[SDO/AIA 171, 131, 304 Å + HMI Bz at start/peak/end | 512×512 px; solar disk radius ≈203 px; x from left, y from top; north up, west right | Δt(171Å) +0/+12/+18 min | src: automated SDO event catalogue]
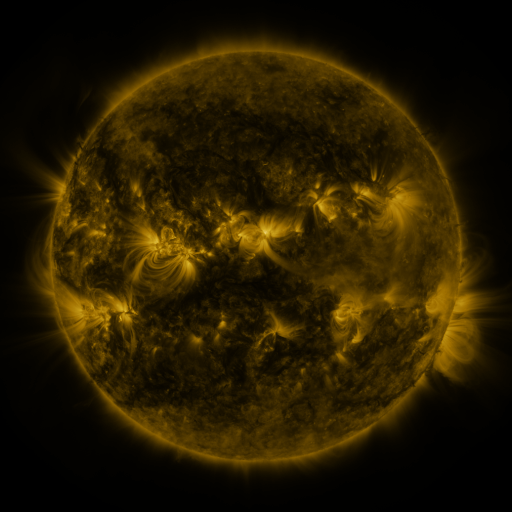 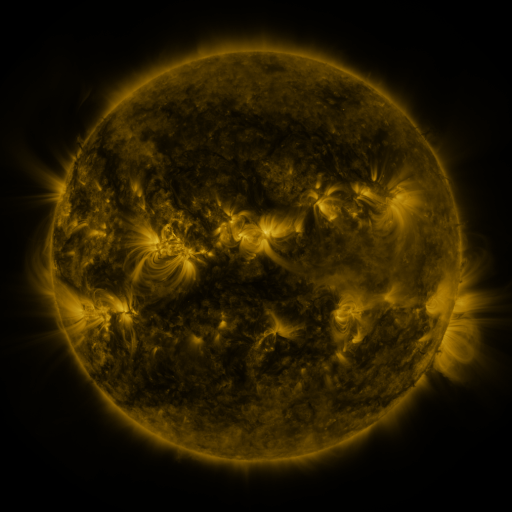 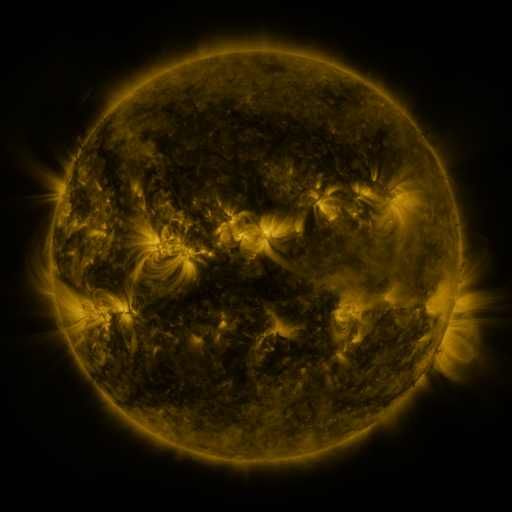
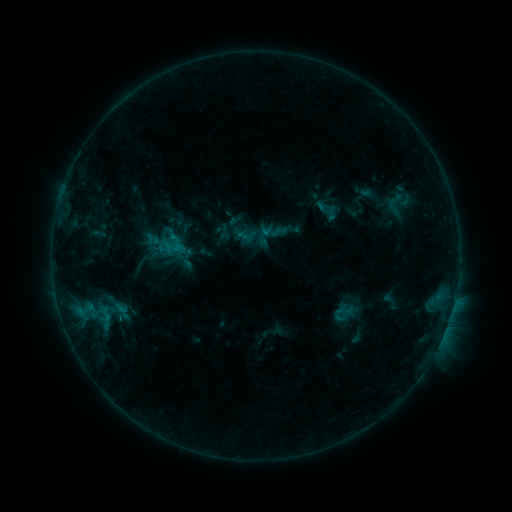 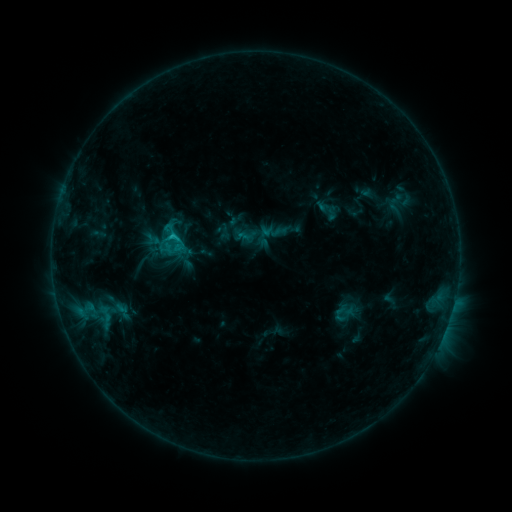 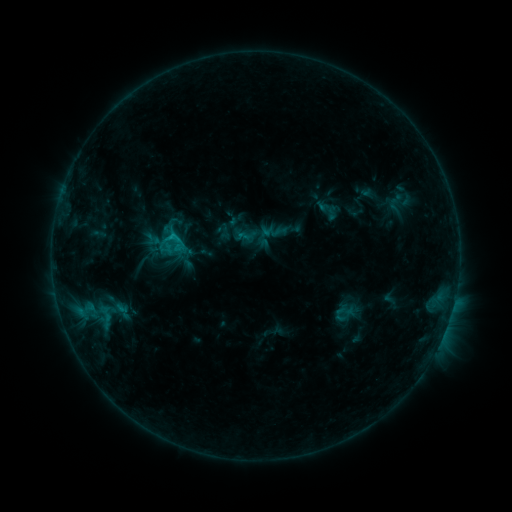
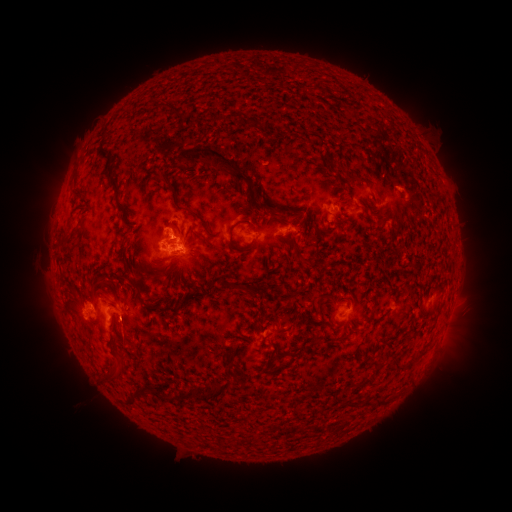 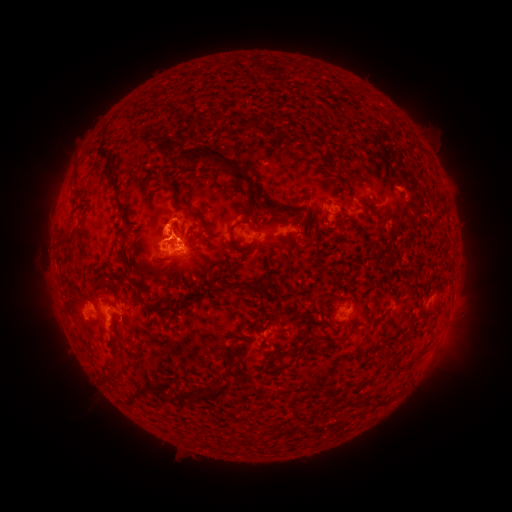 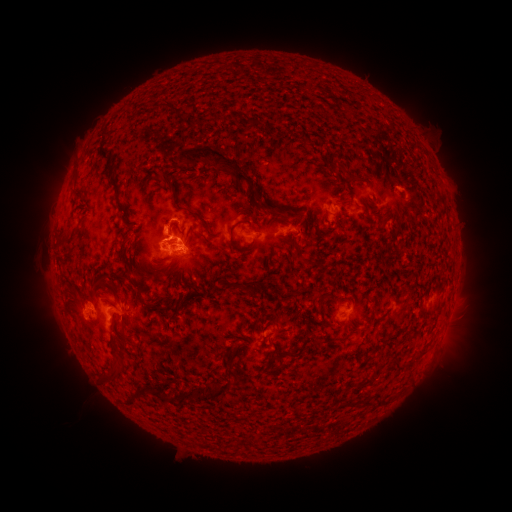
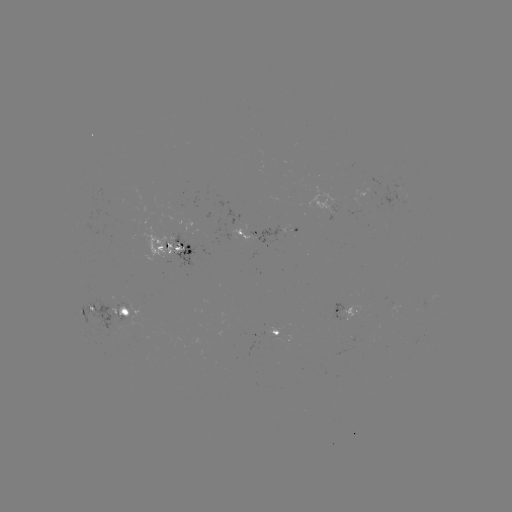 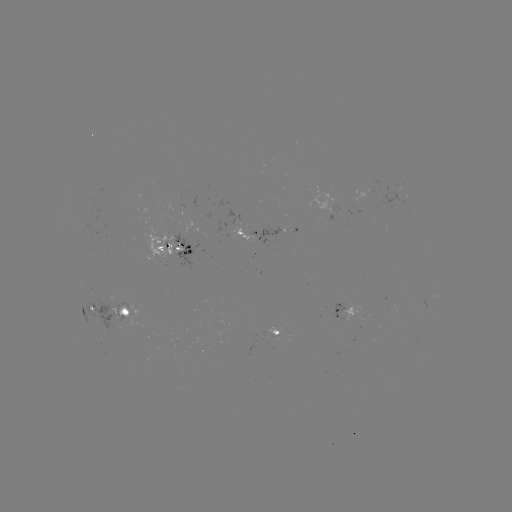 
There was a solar flare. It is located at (174, 237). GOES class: C1.1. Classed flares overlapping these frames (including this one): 1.